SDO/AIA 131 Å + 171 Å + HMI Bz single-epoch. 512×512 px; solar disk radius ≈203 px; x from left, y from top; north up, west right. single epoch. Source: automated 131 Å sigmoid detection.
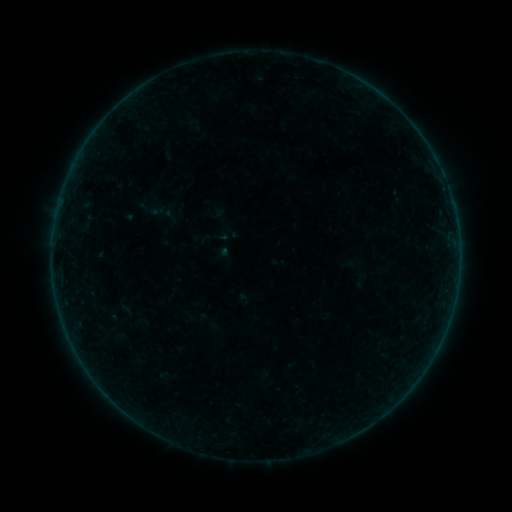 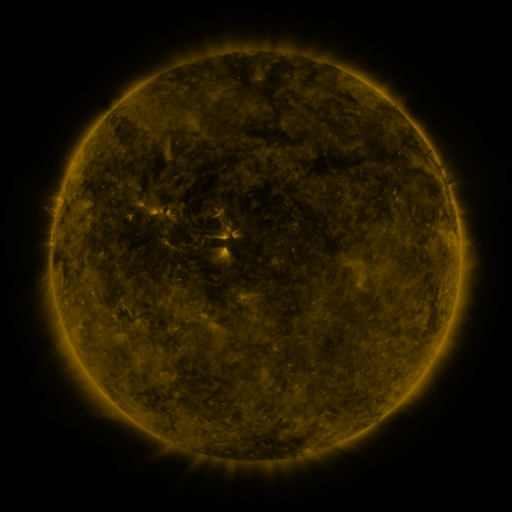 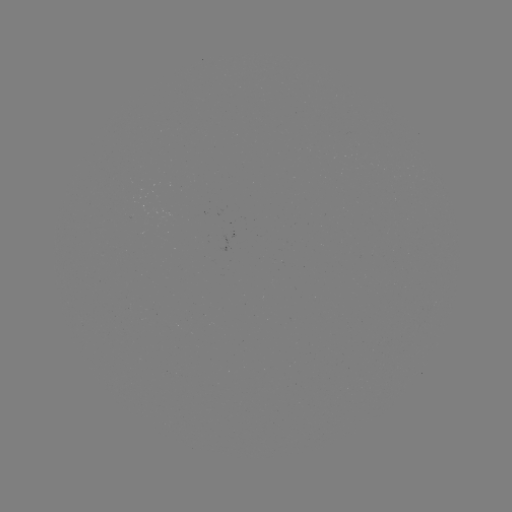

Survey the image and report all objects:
sigmoid: (171, 215)
sigmoid: (222, 236)
